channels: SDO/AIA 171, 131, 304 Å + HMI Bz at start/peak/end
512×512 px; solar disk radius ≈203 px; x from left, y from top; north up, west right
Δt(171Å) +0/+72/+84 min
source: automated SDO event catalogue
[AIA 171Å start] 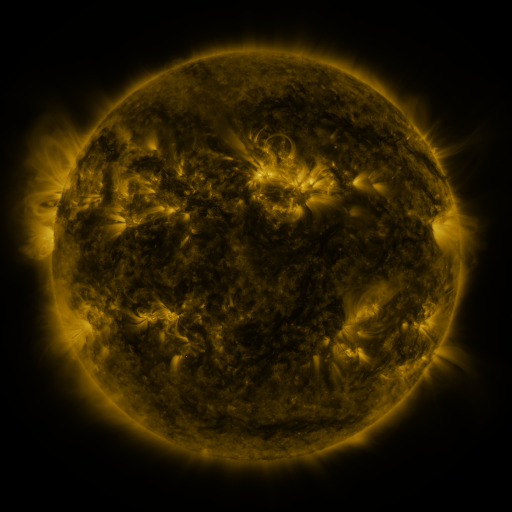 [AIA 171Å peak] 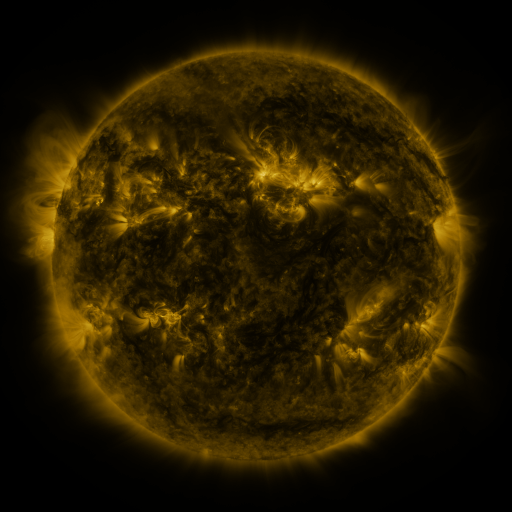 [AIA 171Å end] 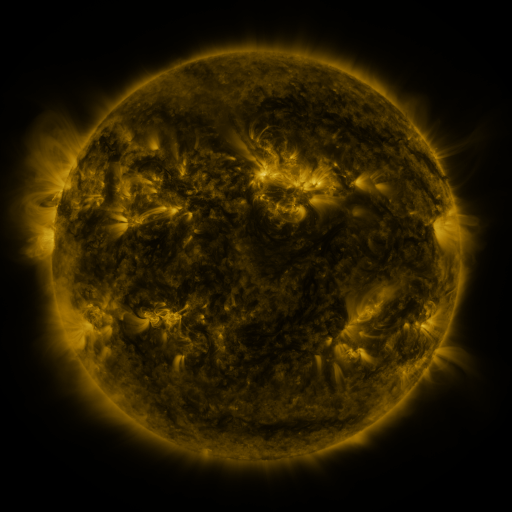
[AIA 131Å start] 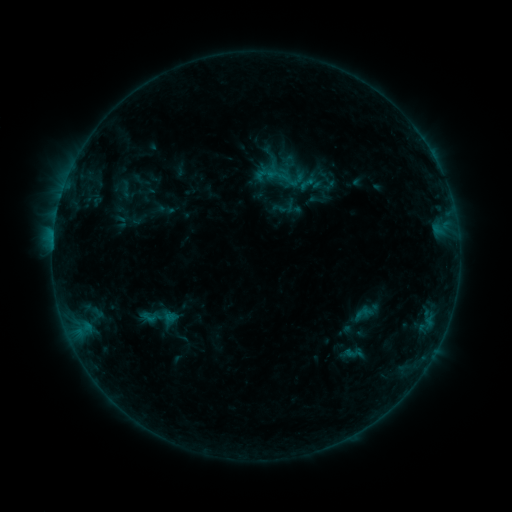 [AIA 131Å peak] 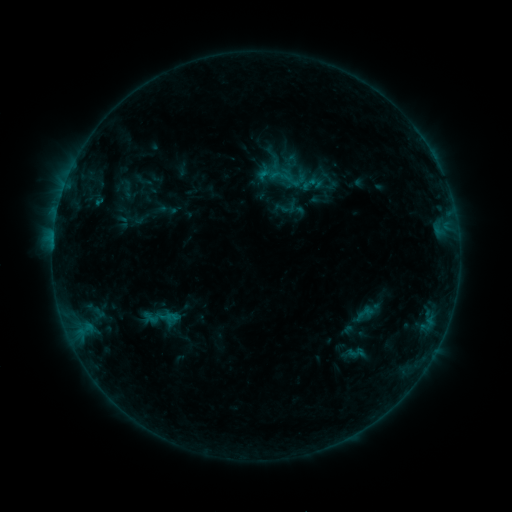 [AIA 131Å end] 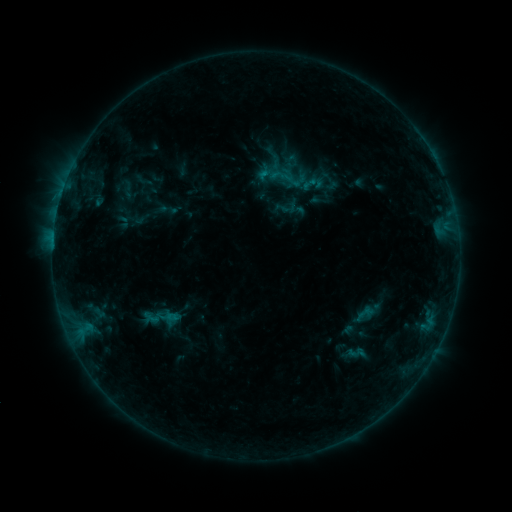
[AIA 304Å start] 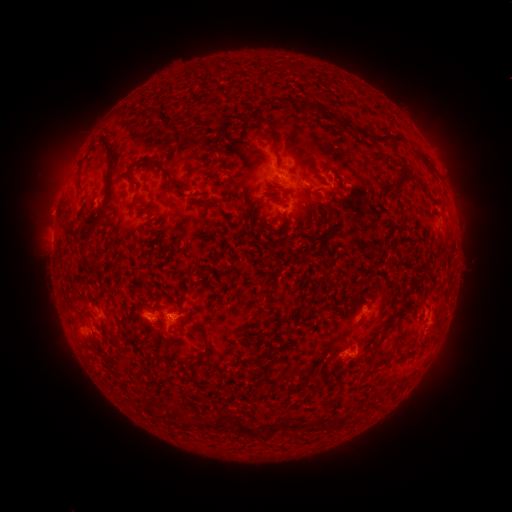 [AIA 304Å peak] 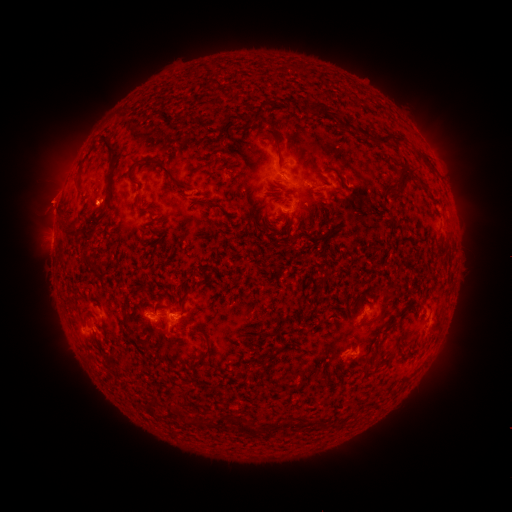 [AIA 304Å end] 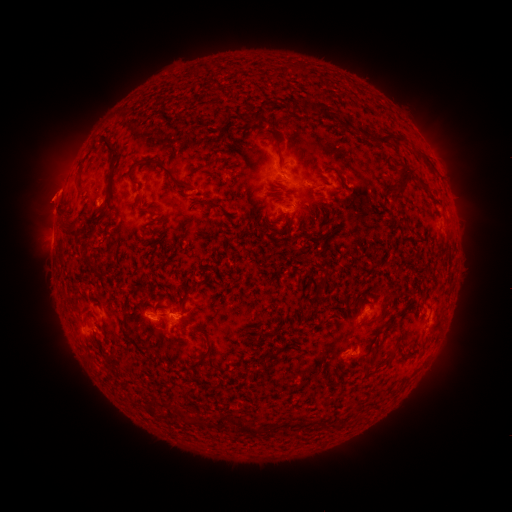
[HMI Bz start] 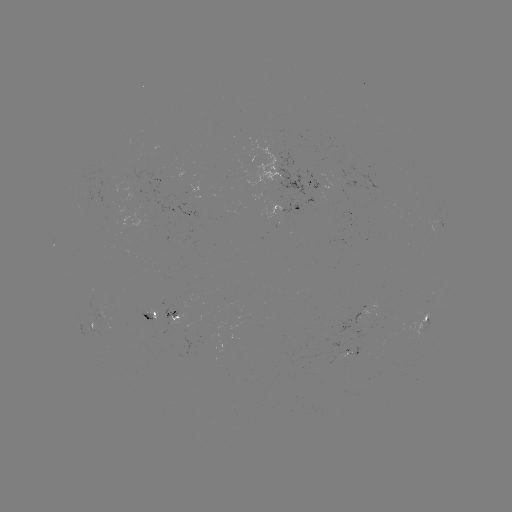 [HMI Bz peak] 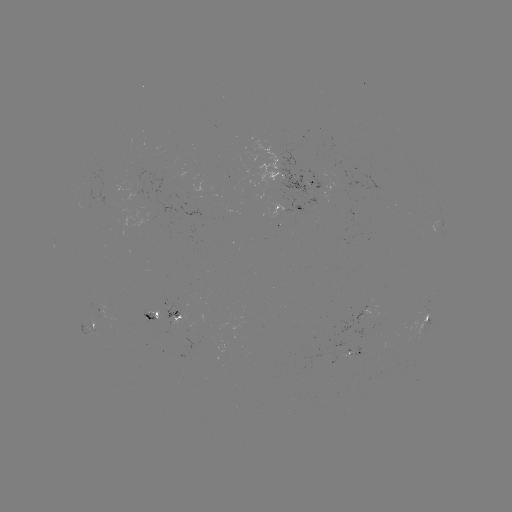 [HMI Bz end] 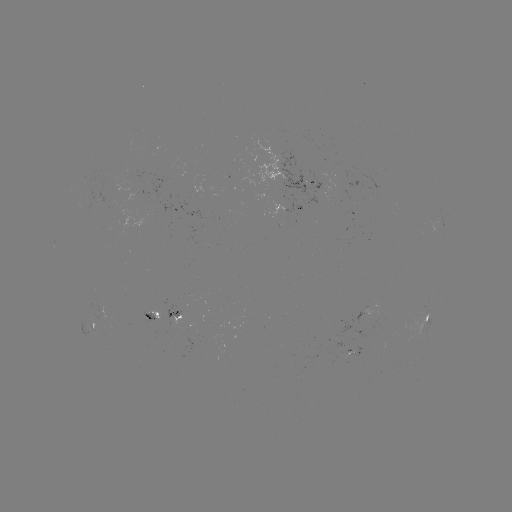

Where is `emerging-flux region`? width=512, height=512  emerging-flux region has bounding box [145, 302, 167, 320].